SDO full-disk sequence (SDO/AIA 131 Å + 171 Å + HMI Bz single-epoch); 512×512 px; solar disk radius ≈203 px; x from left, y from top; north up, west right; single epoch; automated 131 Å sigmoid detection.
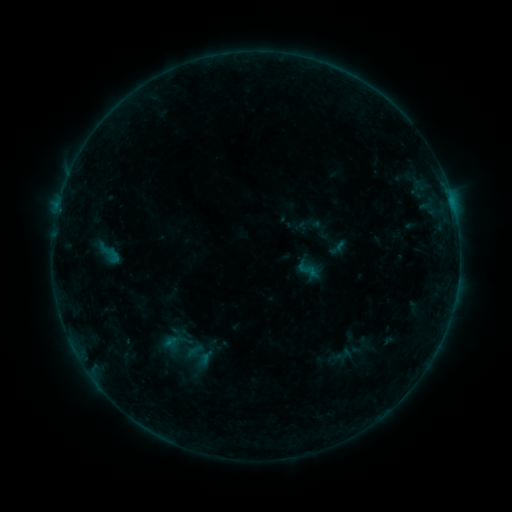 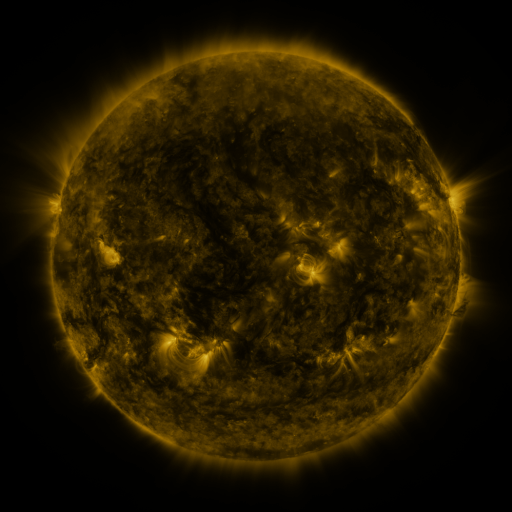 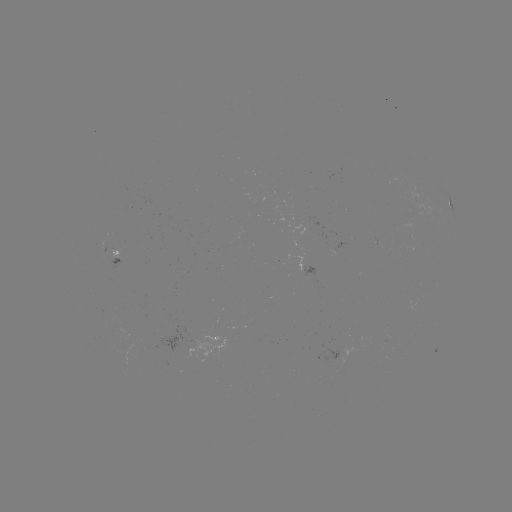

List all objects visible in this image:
sigmoid: (307, 270)
